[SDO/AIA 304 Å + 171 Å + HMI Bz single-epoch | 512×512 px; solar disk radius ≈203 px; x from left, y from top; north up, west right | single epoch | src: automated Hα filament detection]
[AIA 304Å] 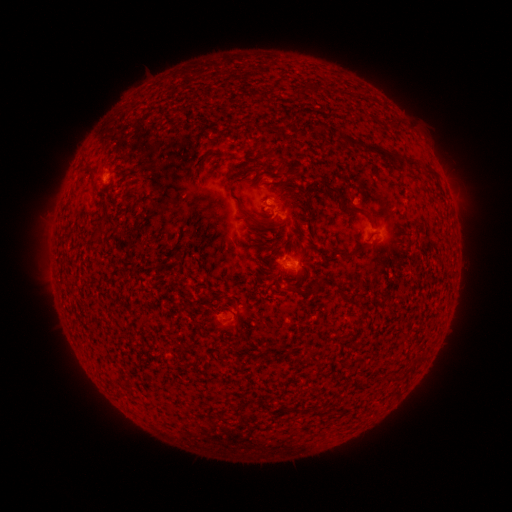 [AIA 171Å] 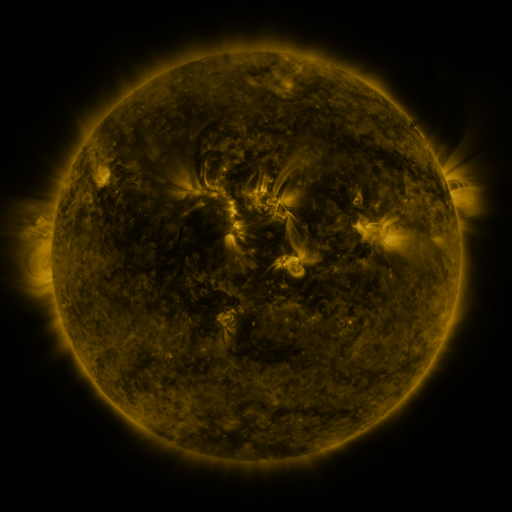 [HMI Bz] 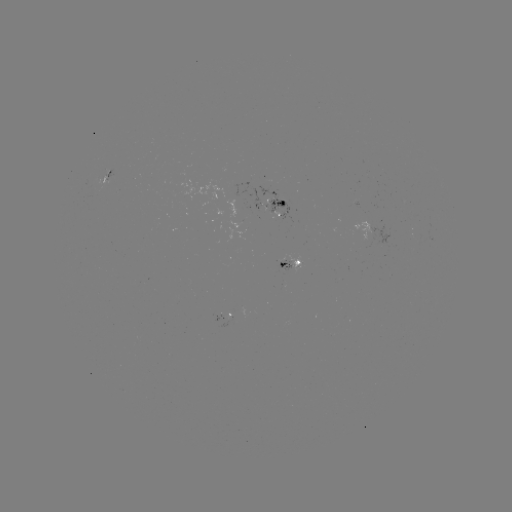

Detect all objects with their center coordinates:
filament: (301, 91)
filament: (269, 128)
filament: (340, 138)
filament: (351, 142)
filament: (390, 156)
filament: (412, 163)
filament: (430, 172)
filament: (93, 176)
filament: (335, 190)
filament: (308, 205)
filament: (349, 209)
filament: (258, 221)
filament: (349, 256)
filament: (307, 264)
filament: (279, 274)
filament: (294, 289)
filament: (343, 294)
filament: (363, 313)
filament: (237, 319)
filament: (396, 377)
